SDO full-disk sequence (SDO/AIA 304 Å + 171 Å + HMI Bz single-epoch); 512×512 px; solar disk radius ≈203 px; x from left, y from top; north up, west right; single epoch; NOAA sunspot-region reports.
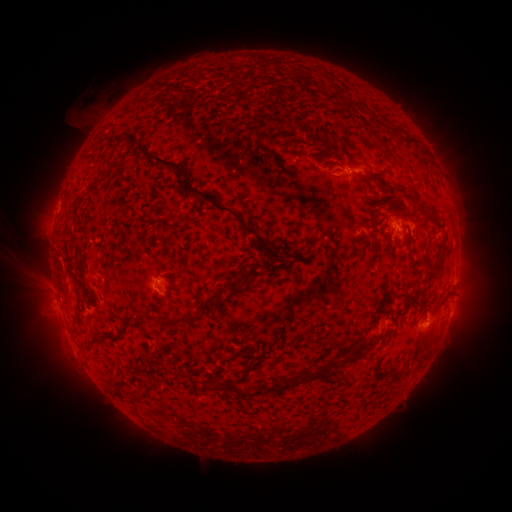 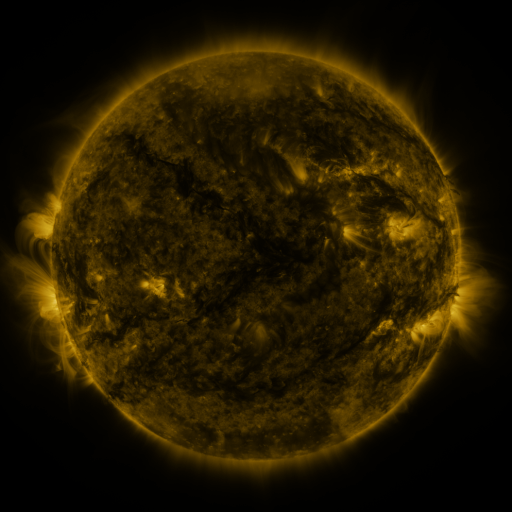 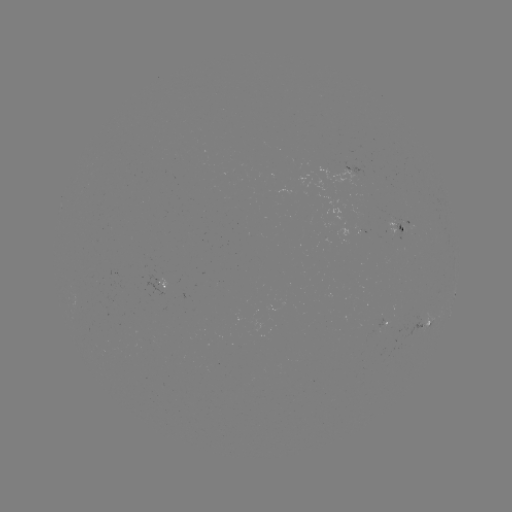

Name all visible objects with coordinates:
spotted active region: (399, 227)
spotted active region: (161, 286)
spotted active region: (454, 294)
spotted active region: (424, 323)
spotted active region: (385, 325)
